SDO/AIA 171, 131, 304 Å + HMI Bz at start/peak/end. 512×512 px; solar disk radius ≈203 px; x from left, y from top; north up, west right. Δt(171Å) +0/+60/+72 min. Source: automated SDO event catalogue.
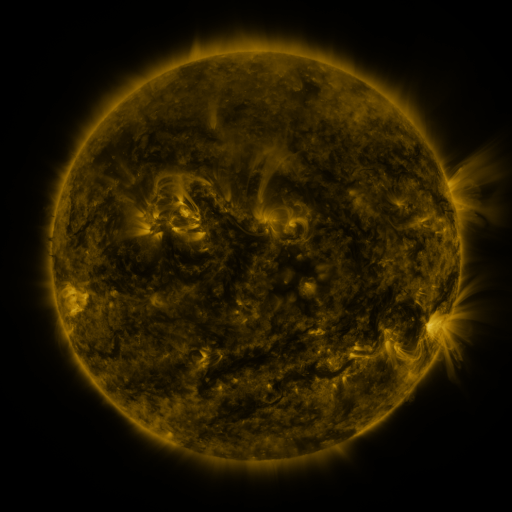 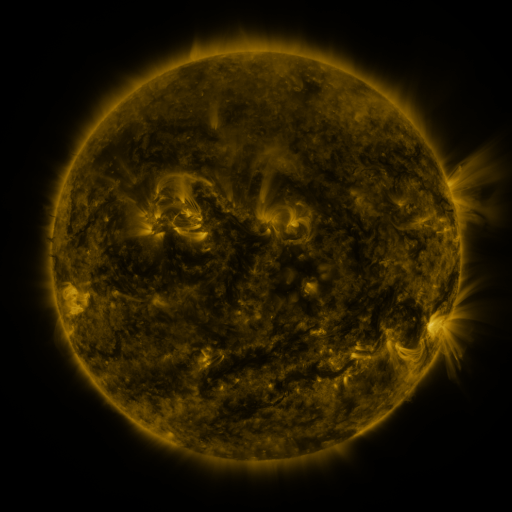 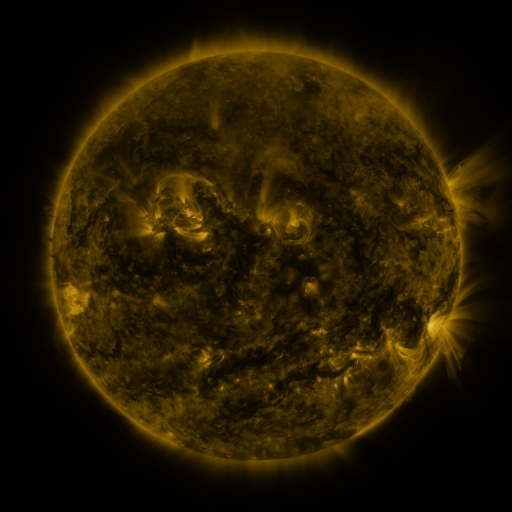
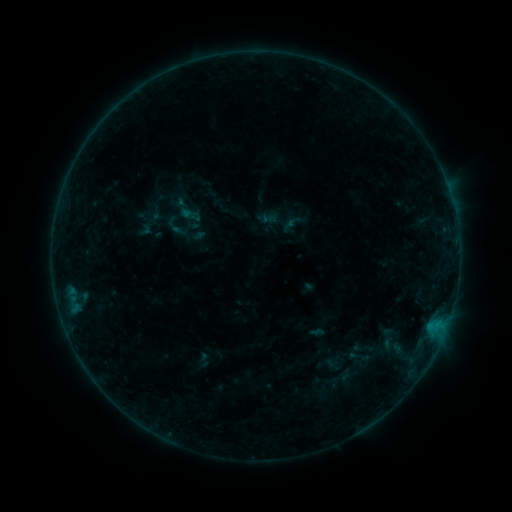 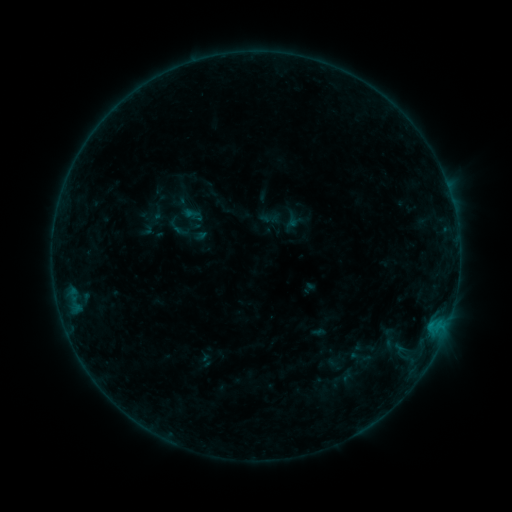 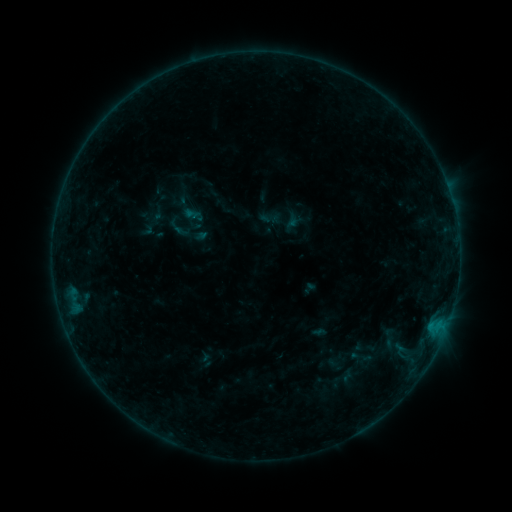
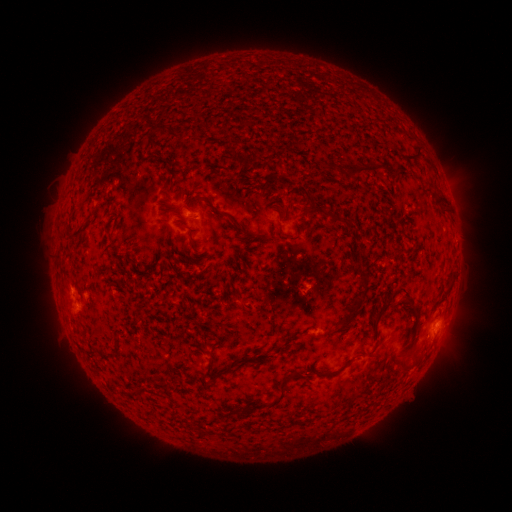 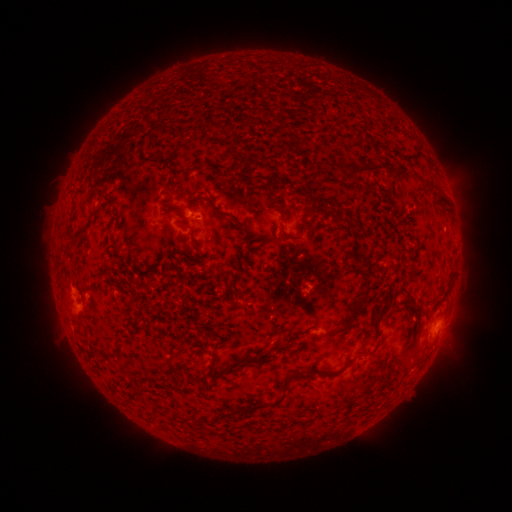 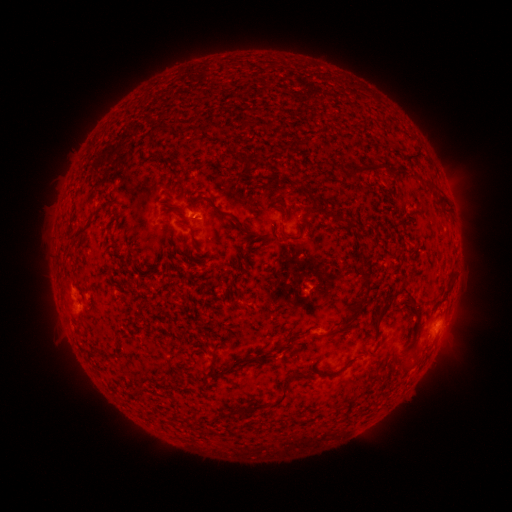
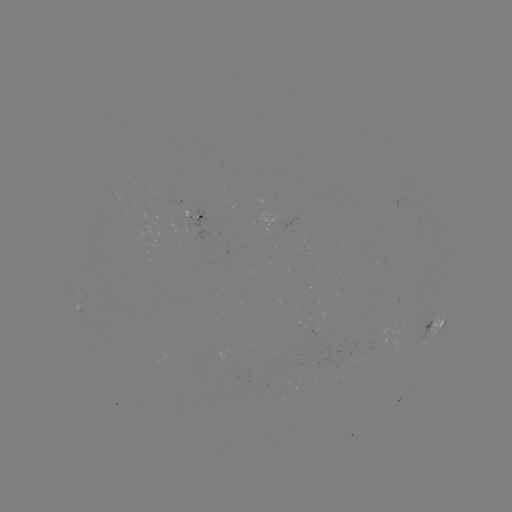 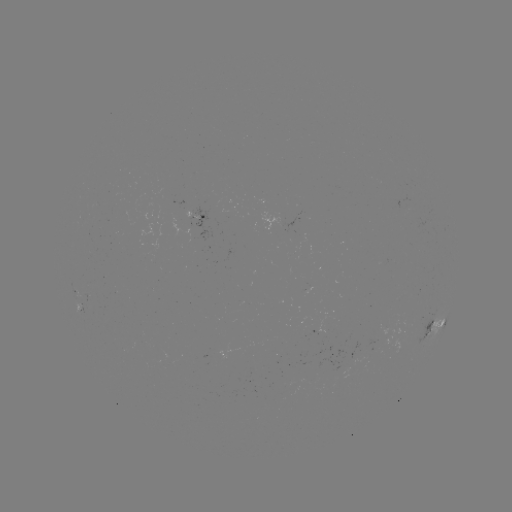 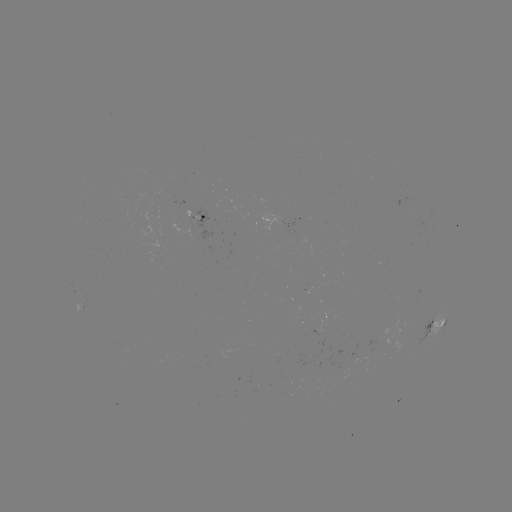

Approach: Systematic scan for emerging-flux region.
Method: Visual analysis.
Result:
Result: emerging-flux region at [309, 287].